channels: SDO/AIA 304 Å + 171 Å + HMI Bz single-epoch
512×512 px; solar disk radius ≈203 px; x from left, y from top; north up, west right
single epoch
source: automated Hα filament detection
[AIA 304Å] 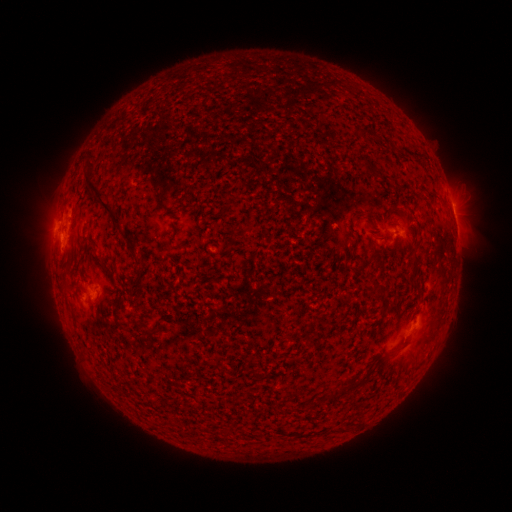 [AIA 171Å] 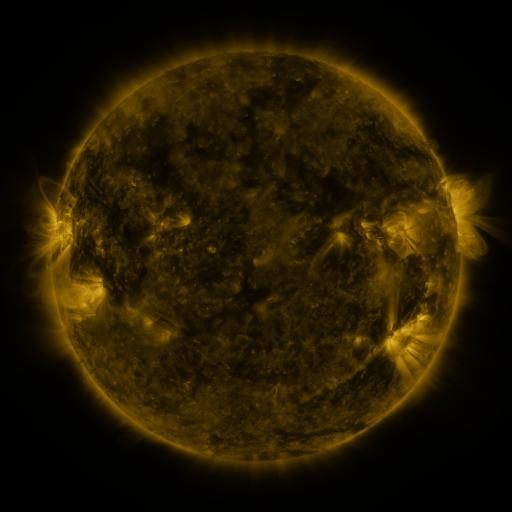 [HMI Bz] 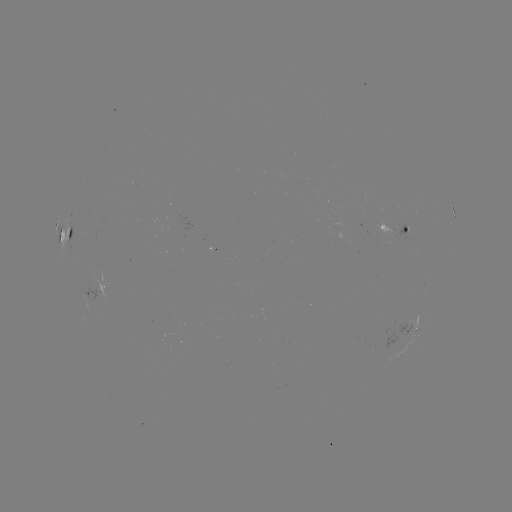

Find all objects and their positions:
filament: (362, 134)
filament: (364, 161)
filament: (100, 203)
filament: (134, 254)
filament: (416, 257)
filament: (414, 274)
filament: (150, 333)
